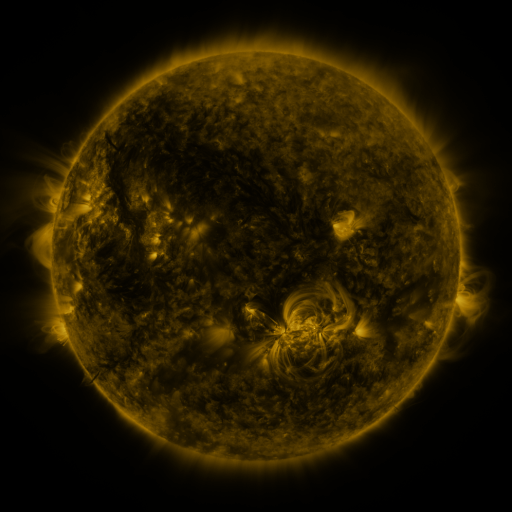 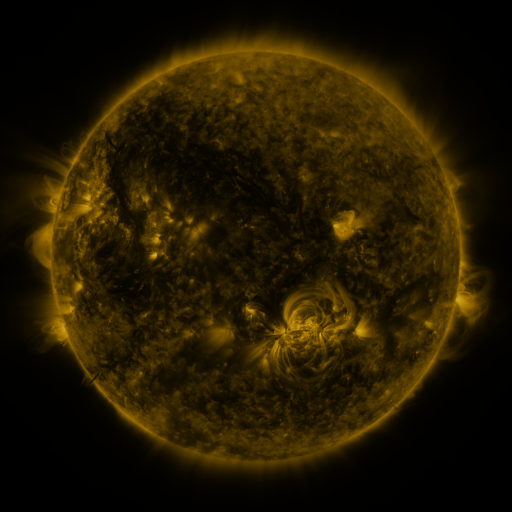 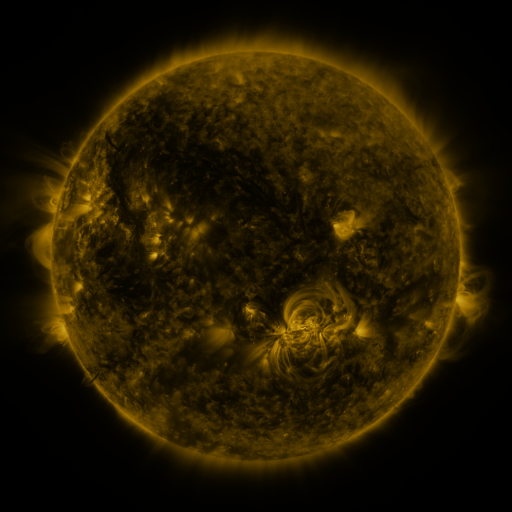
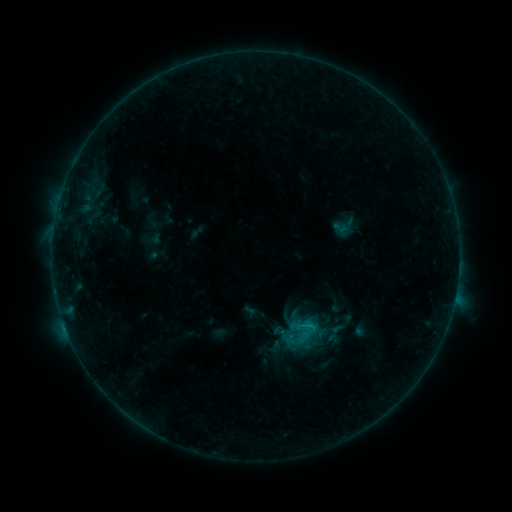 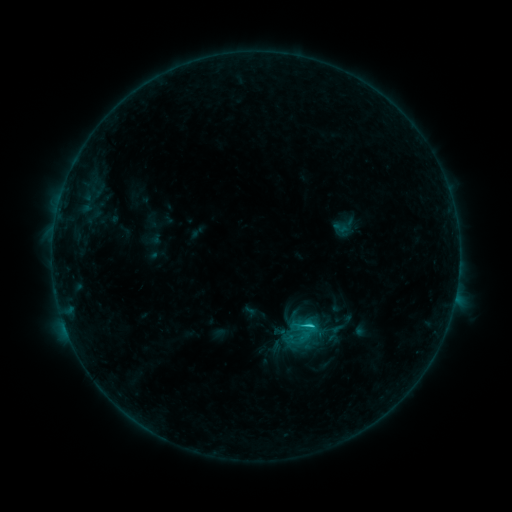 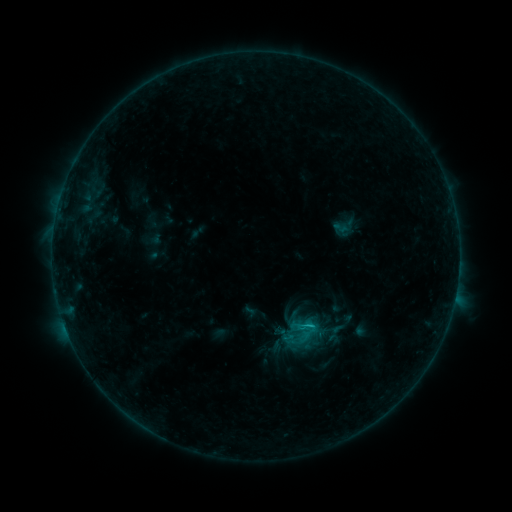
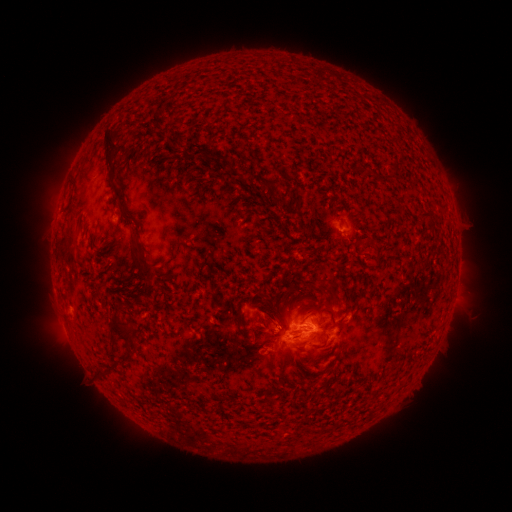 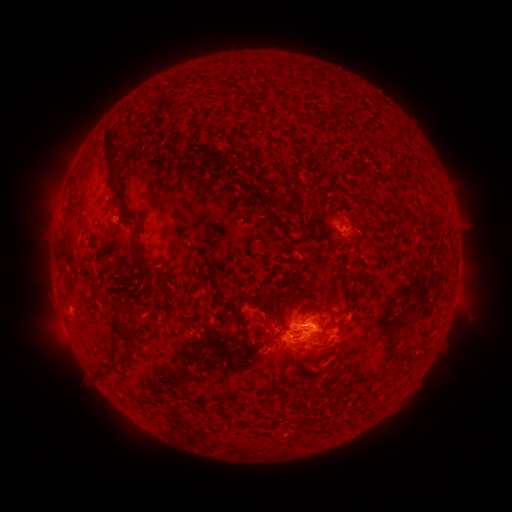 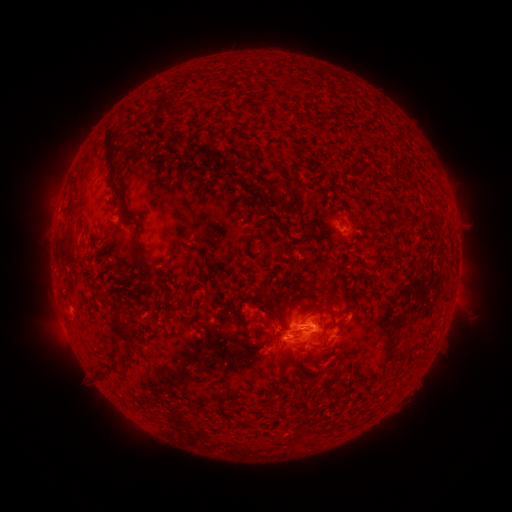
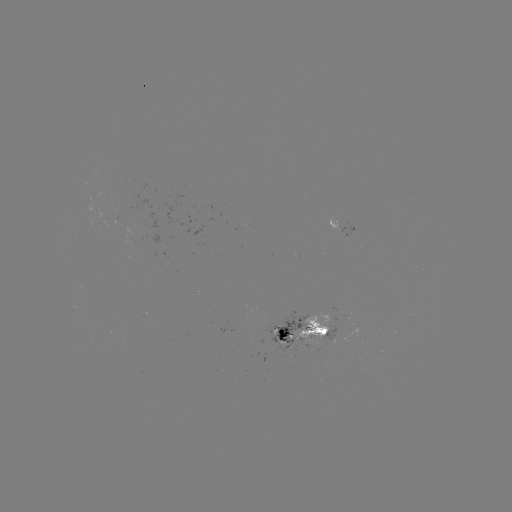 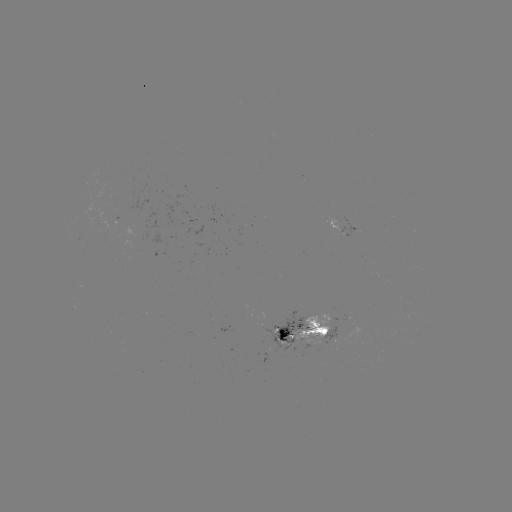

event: flare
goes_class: C1.2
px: (310, 324)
